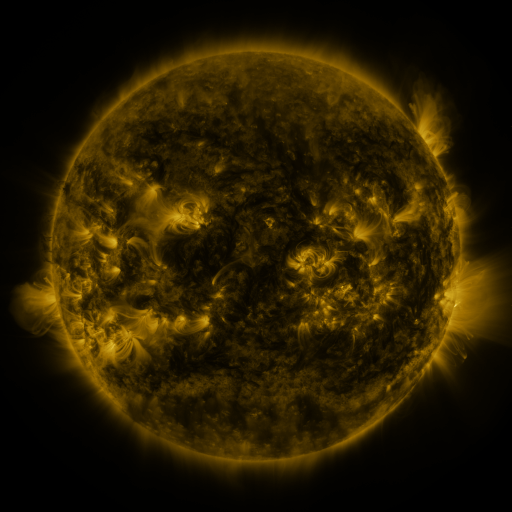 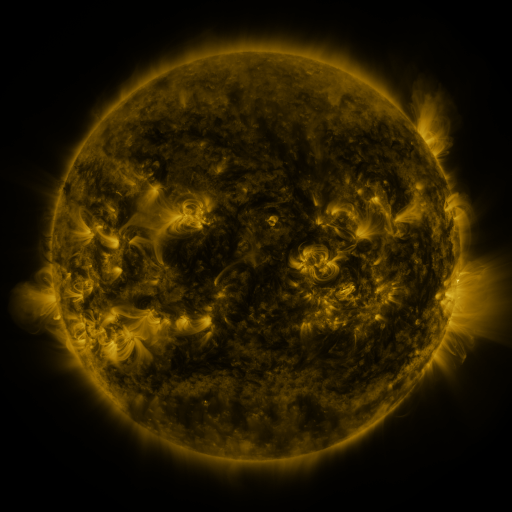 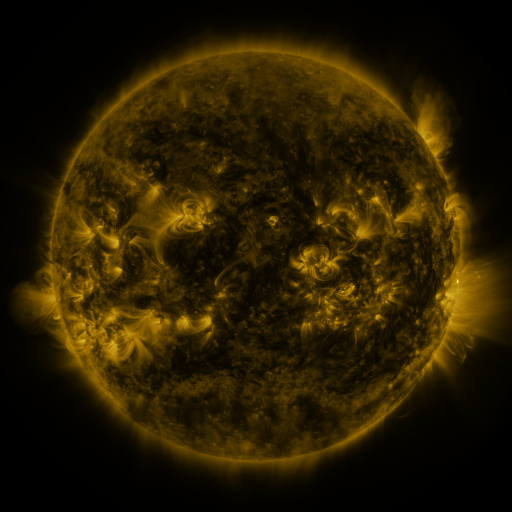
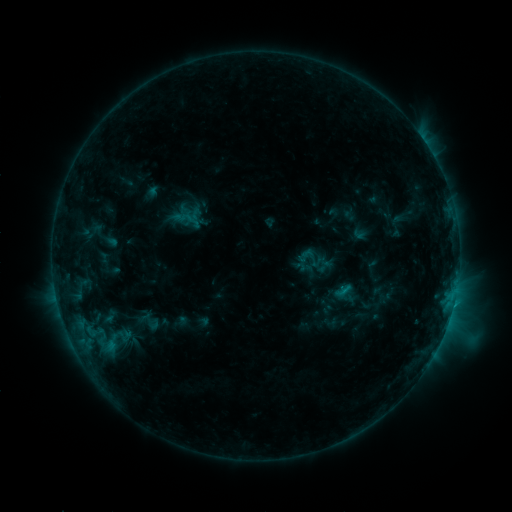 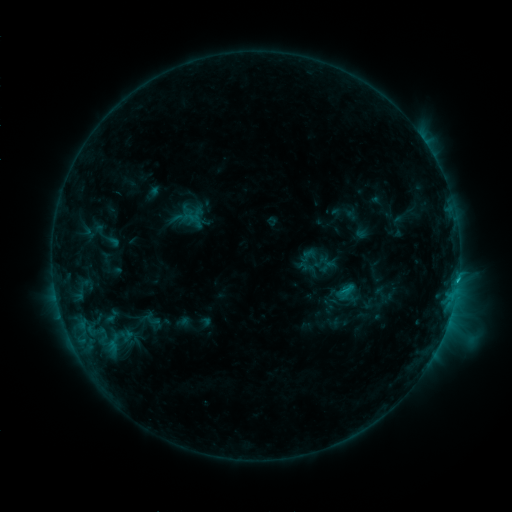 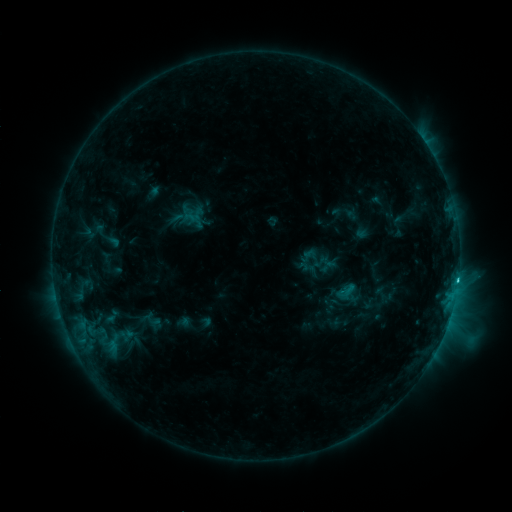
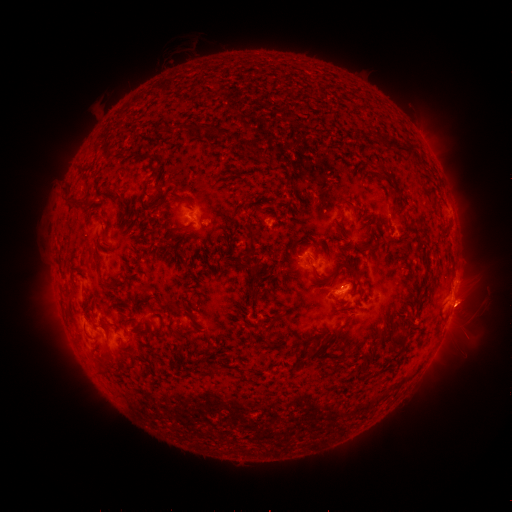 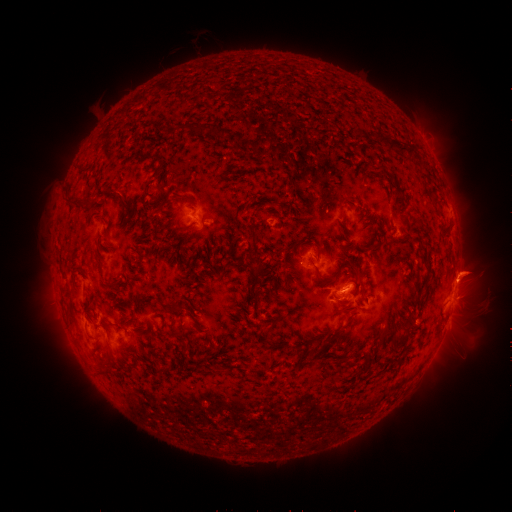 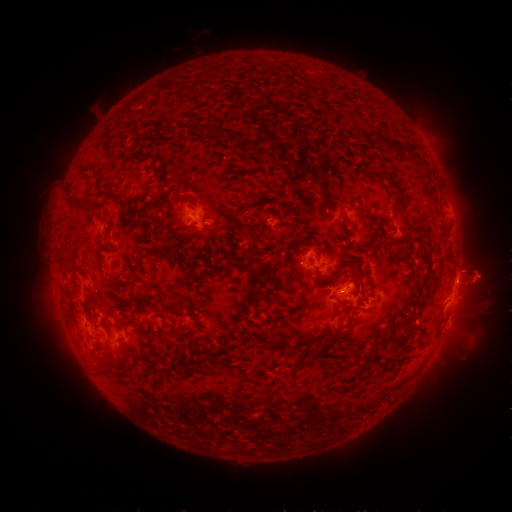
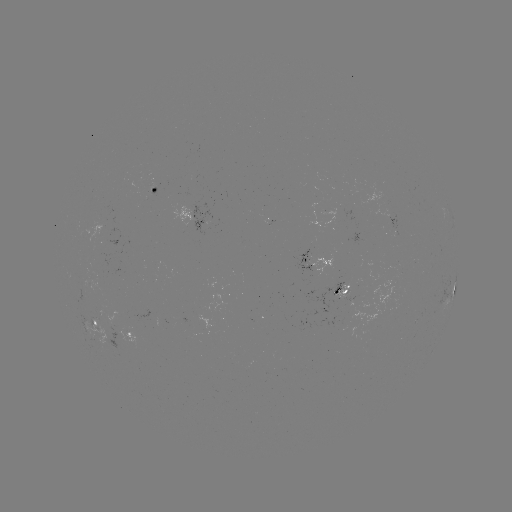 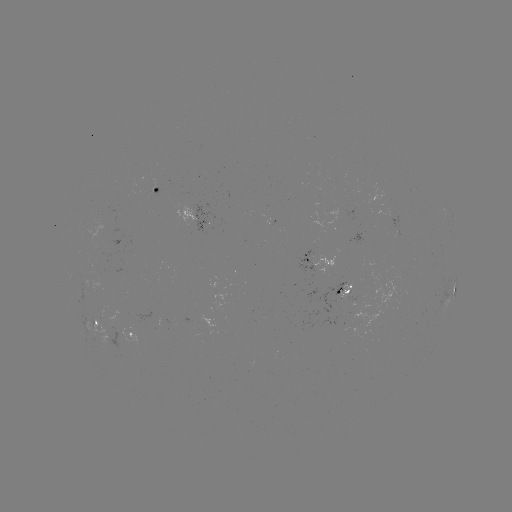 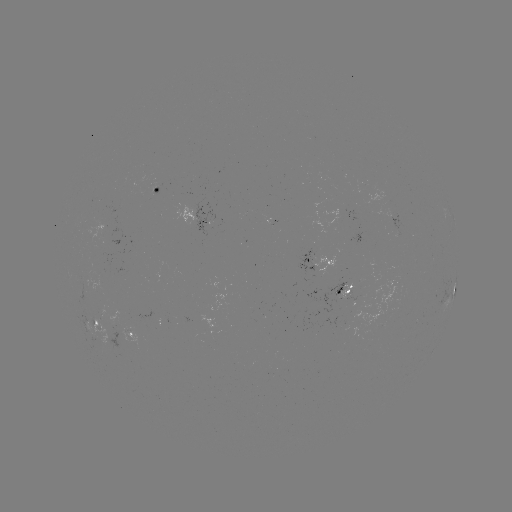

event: emerging-flux region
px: (151, 188)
